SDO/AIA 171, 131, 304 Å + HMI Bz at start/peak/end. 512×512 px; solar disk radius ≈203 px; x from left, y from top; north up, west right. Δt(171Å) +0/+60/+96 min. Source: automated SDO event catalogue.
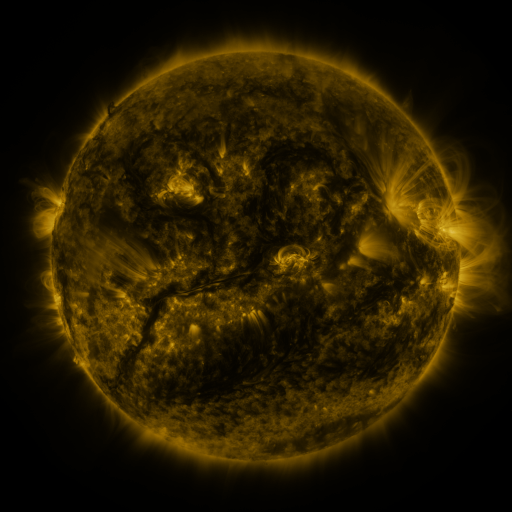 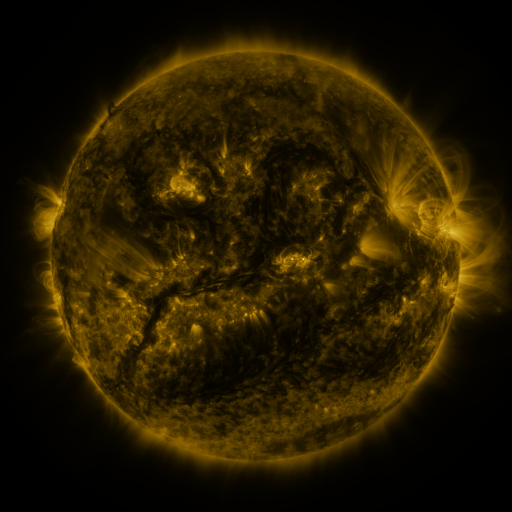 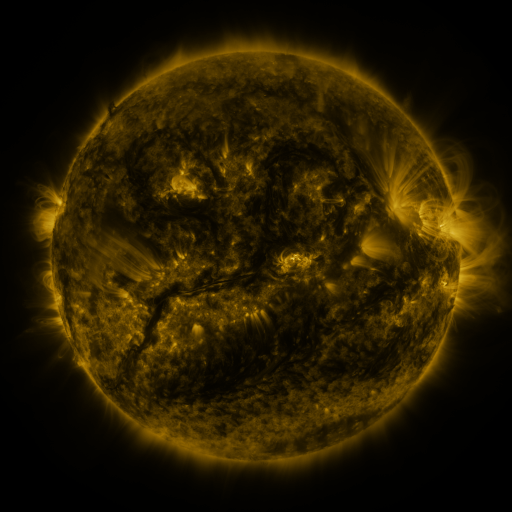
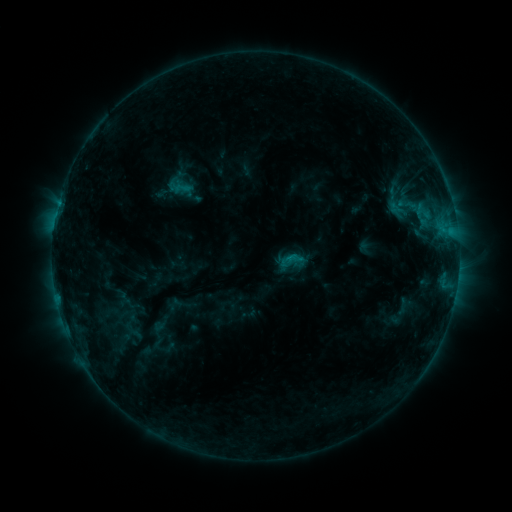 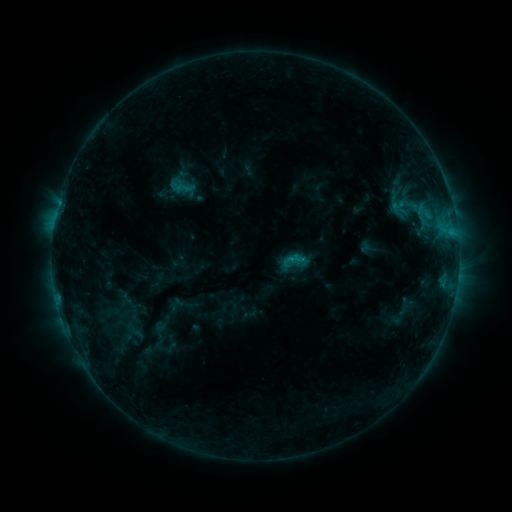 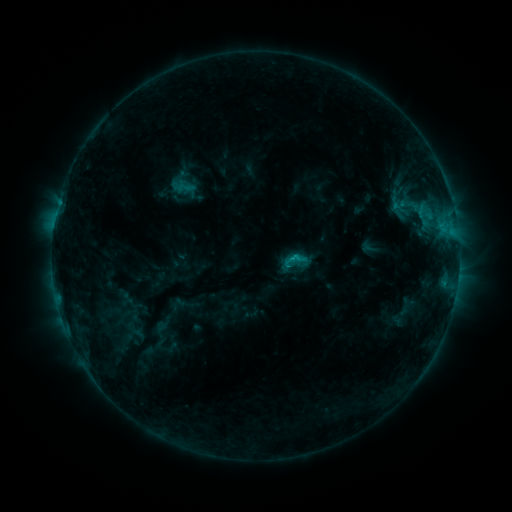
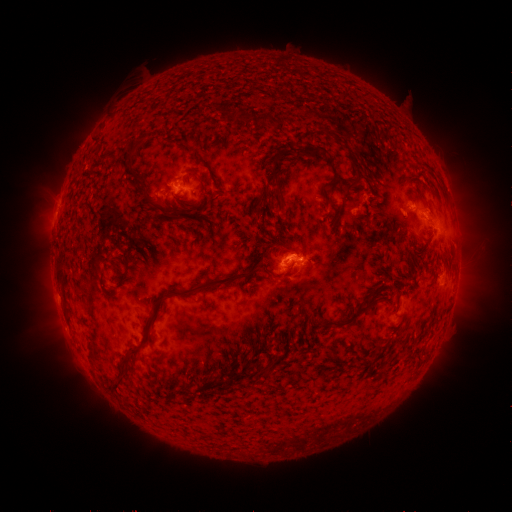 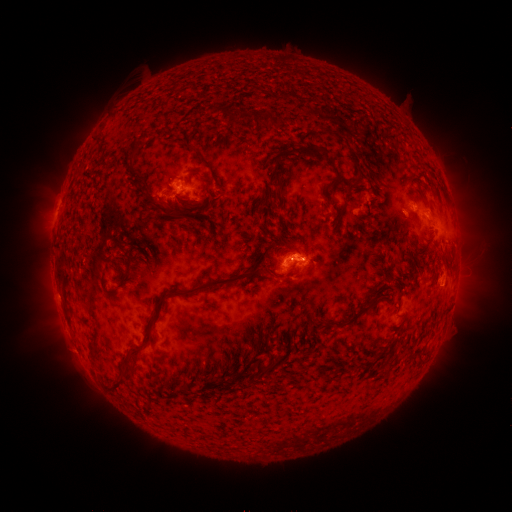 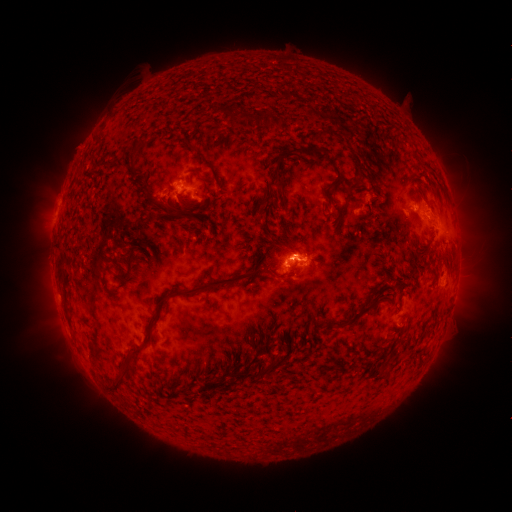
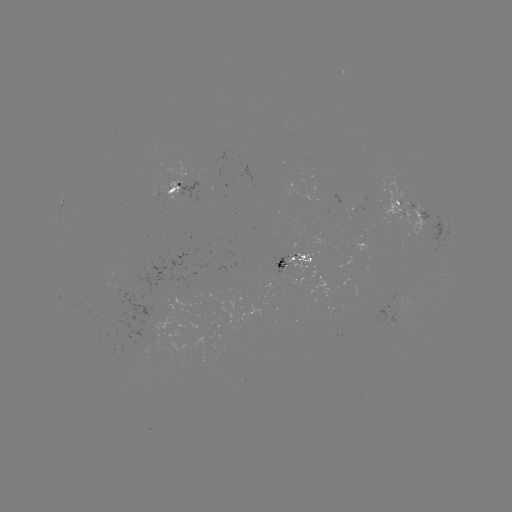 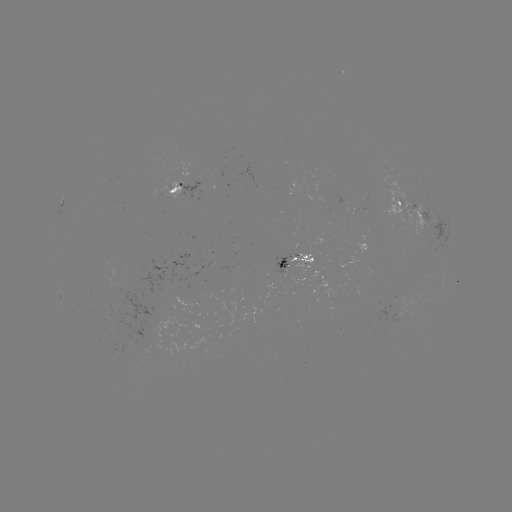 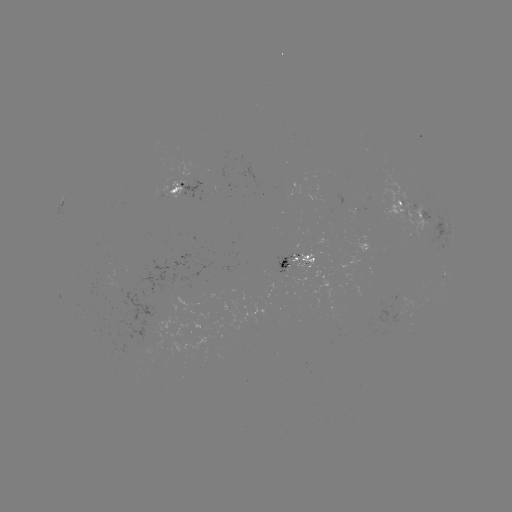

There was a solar emerging-flux region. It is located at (107, 284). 